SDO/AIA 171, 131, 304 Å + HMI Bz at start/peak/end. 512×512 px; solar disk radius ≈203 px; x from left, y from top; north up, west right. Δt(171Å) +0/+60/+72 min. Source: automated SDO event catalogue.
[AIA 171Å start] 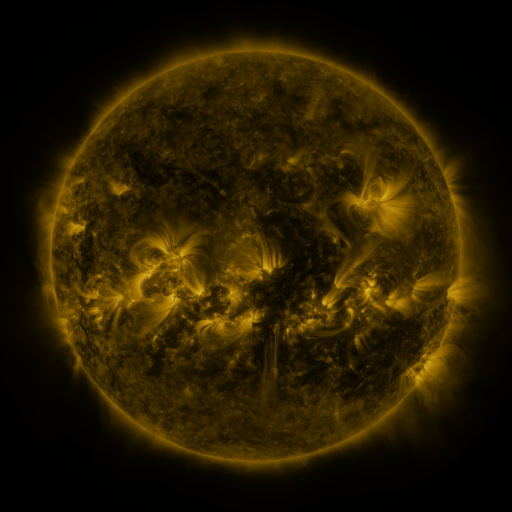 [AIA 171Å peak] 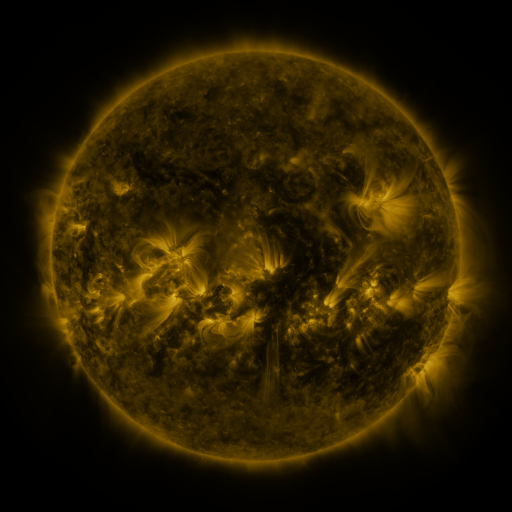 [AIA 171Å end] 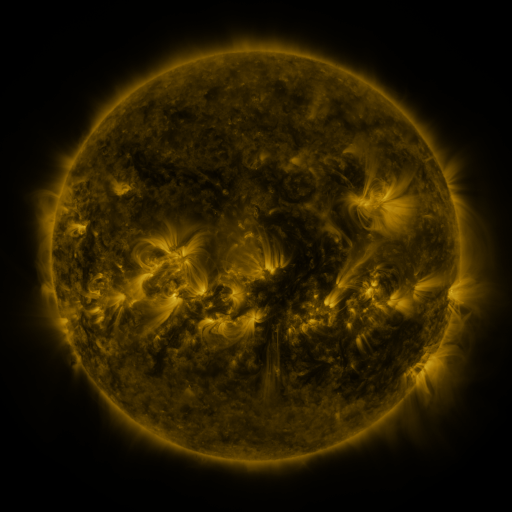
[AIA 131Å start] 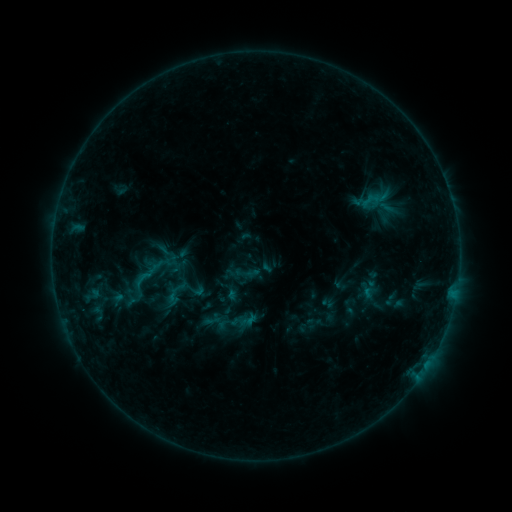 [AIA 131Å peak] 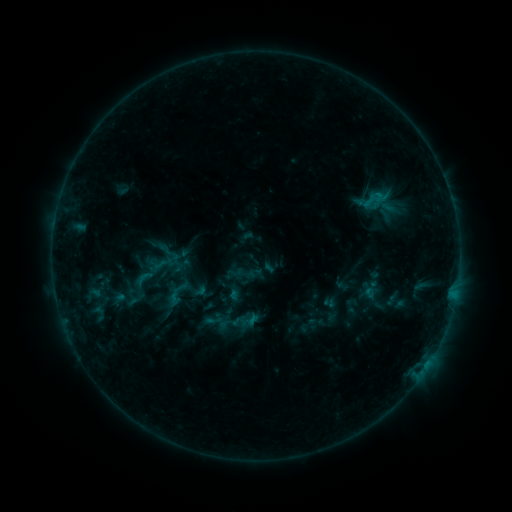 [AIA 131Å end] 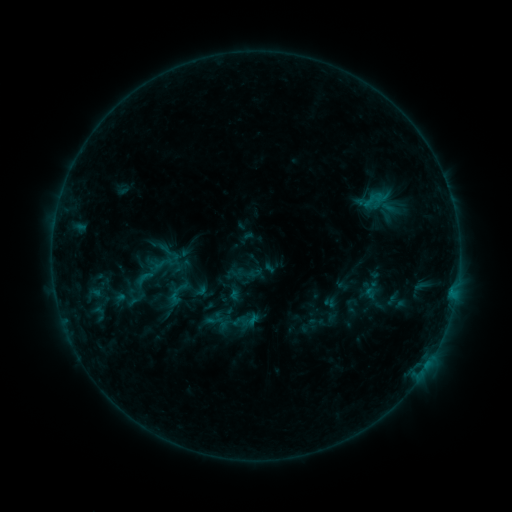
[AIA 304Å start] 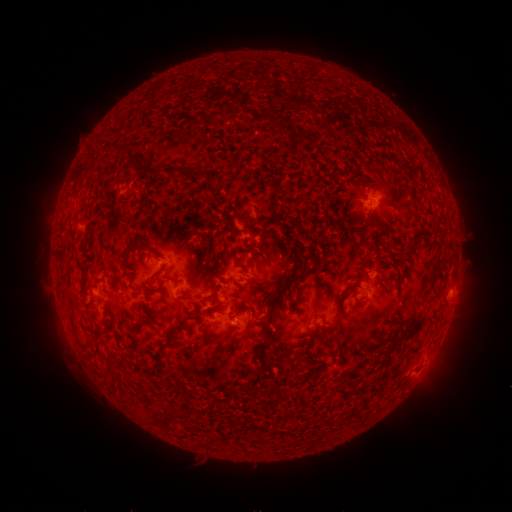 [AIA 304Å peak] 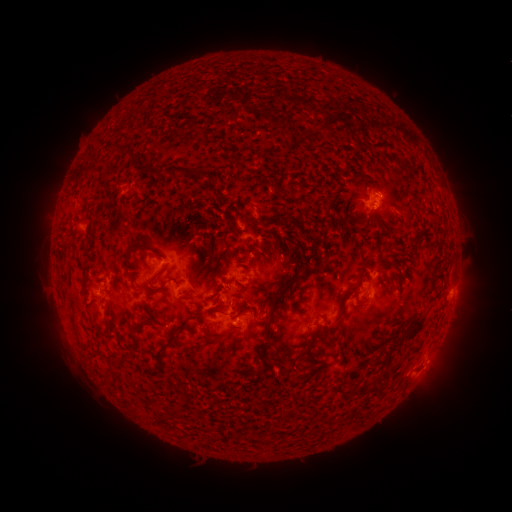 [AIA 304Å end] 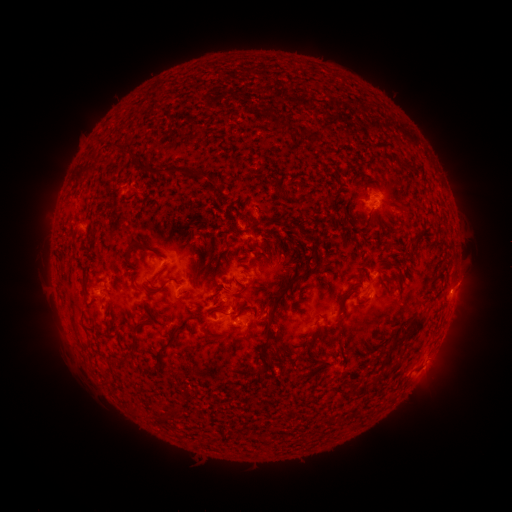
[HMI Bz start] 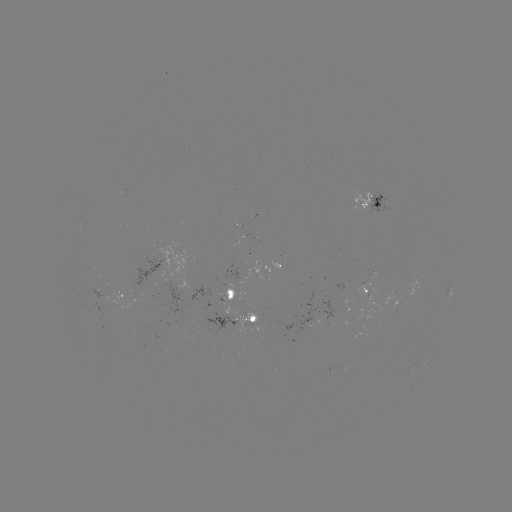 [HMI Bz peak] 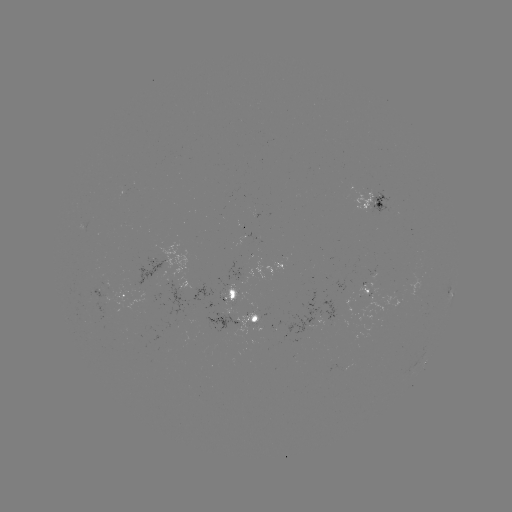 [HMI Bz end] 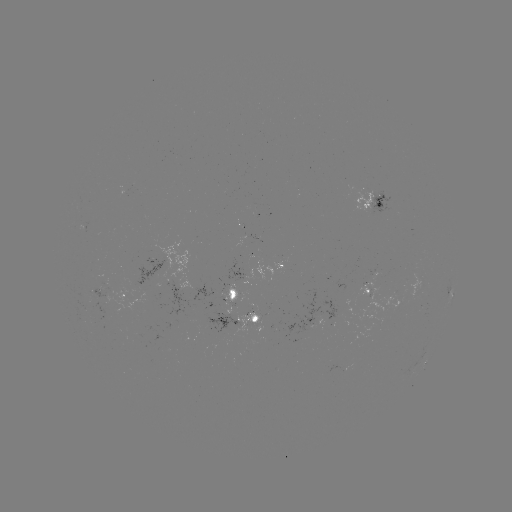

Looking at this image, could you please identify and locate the emerging-flux region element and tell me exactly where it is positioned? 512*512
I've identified emerging-flux region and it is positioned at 243,265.